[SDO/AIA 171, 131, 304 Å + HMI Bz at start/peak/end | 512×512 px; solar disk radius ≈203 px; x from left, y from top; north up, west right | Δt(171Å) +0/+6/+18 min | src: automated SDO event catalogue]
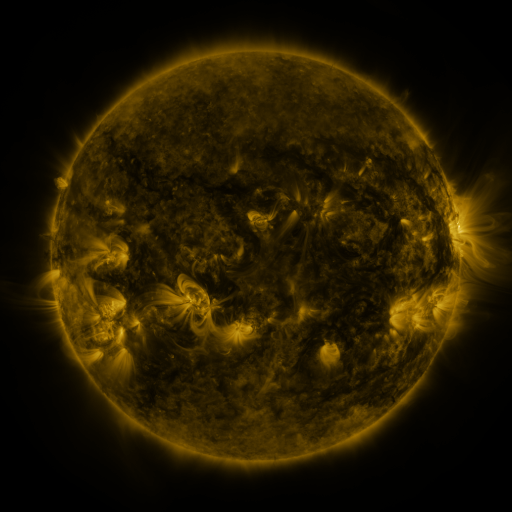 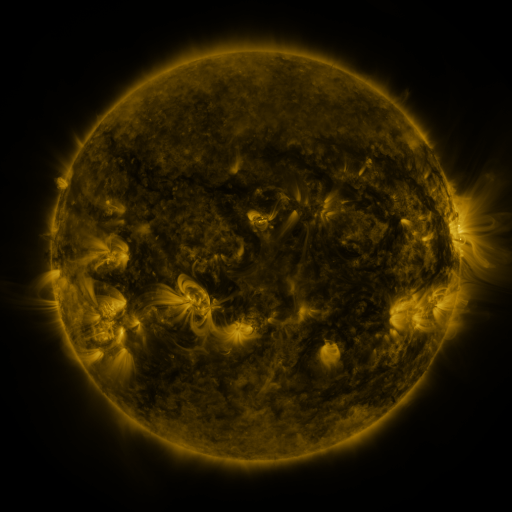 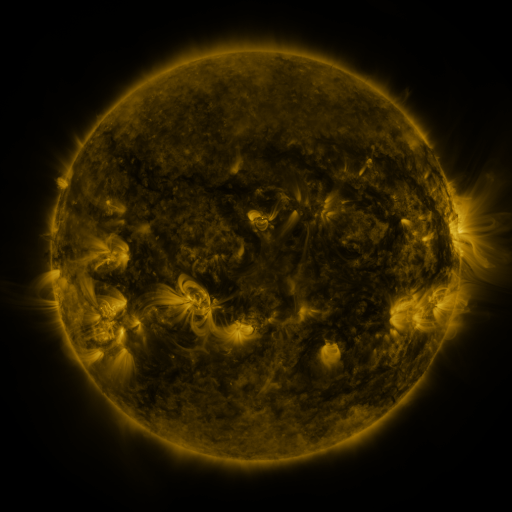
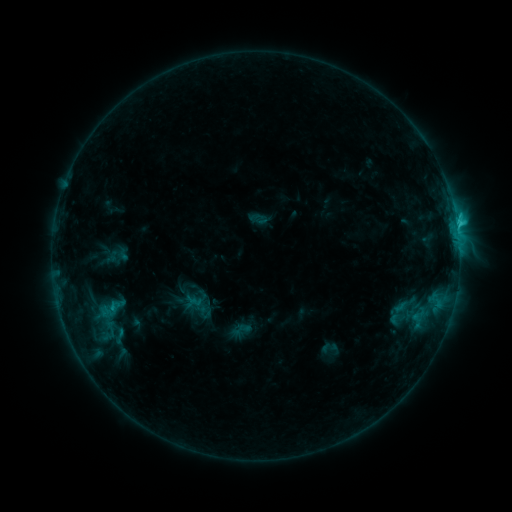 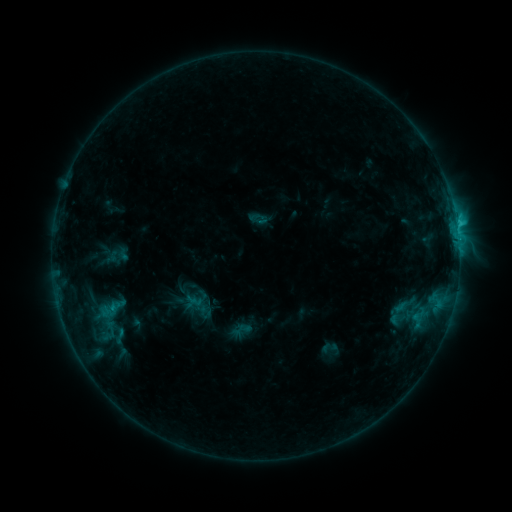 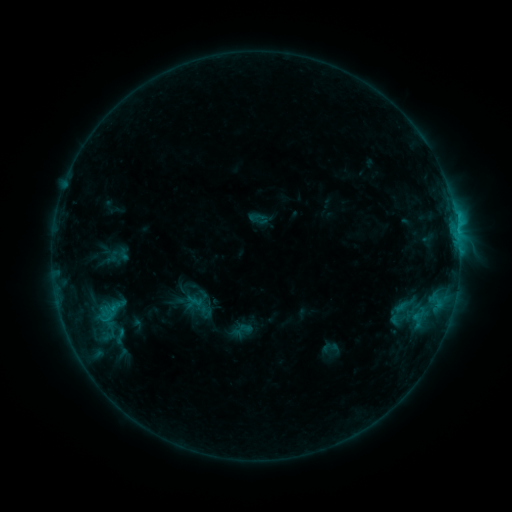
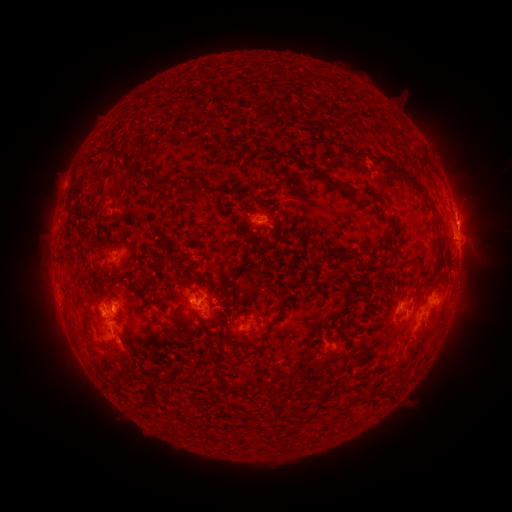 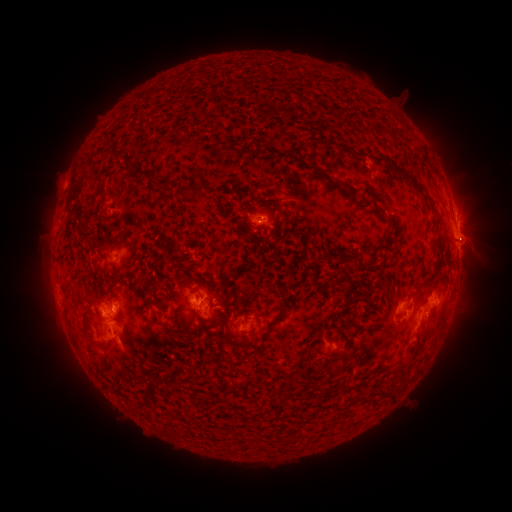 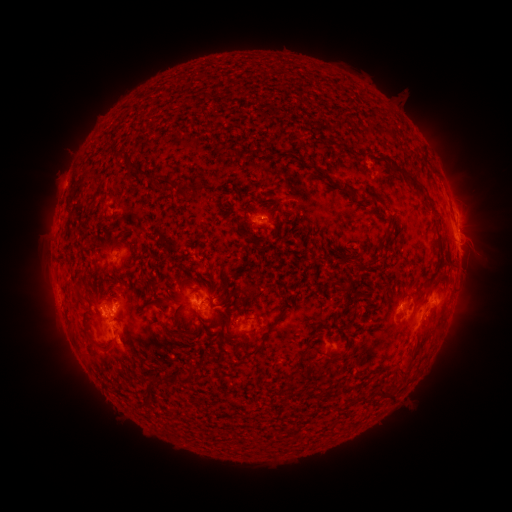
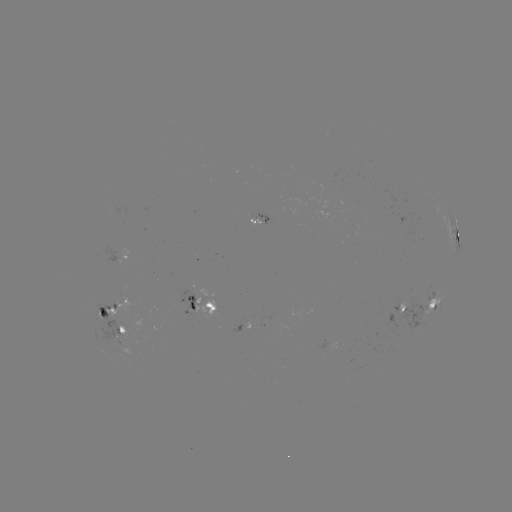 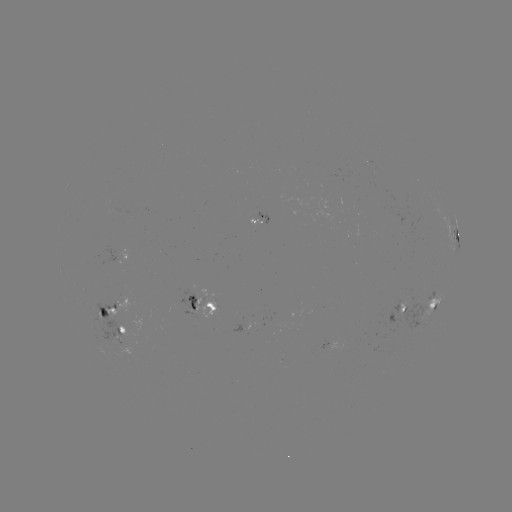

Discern eruption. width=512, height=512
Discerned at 416,346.